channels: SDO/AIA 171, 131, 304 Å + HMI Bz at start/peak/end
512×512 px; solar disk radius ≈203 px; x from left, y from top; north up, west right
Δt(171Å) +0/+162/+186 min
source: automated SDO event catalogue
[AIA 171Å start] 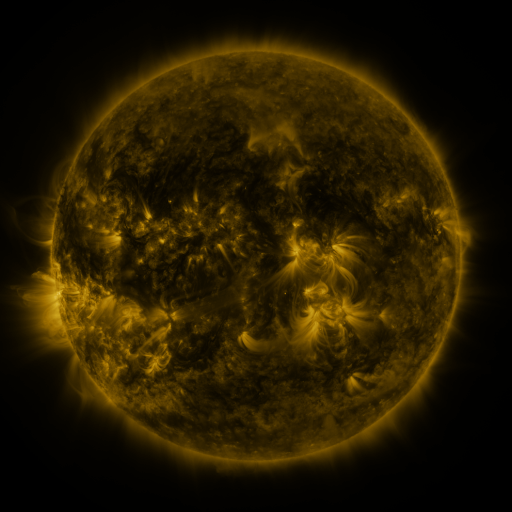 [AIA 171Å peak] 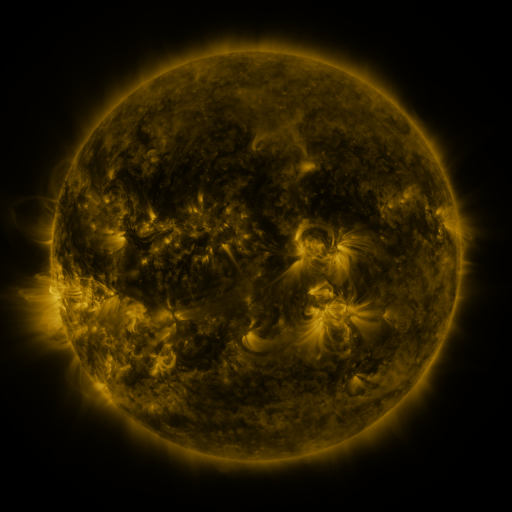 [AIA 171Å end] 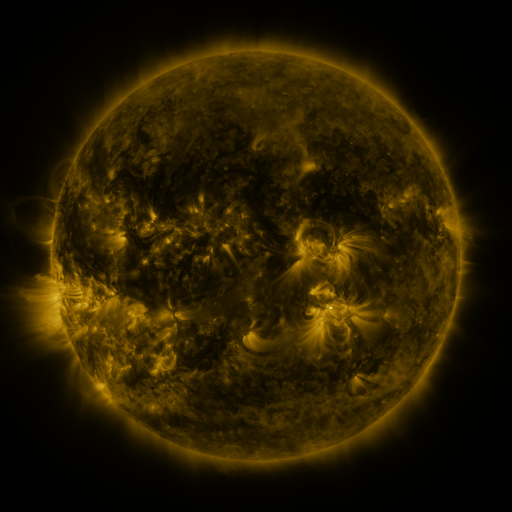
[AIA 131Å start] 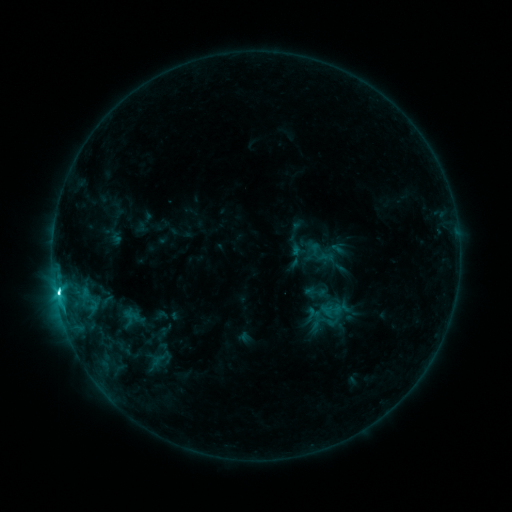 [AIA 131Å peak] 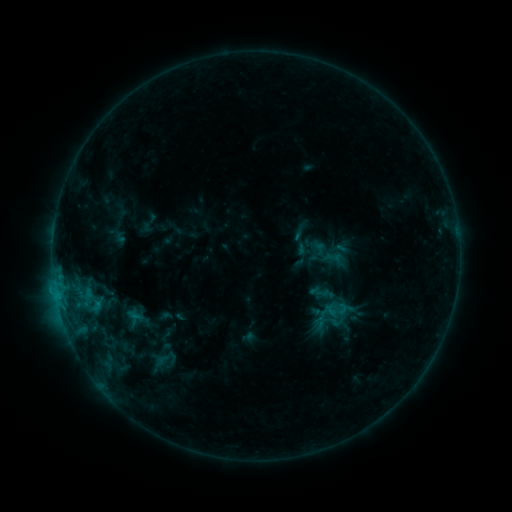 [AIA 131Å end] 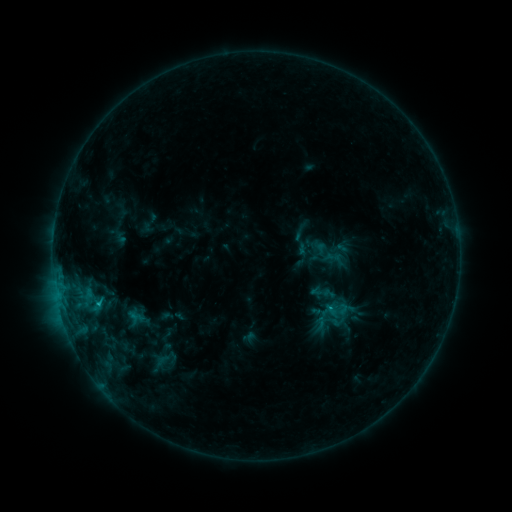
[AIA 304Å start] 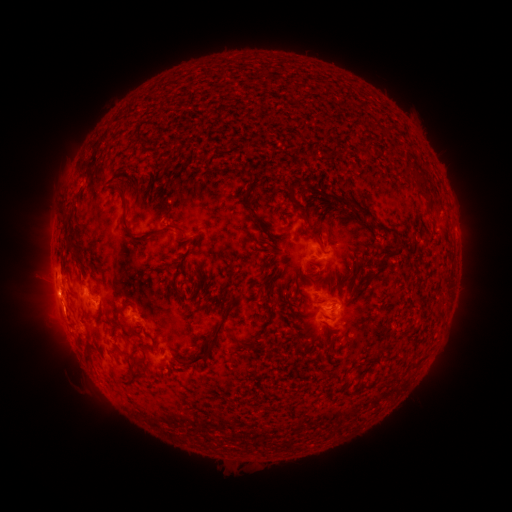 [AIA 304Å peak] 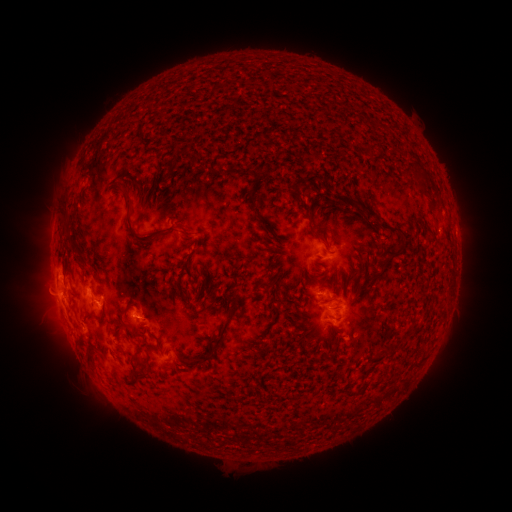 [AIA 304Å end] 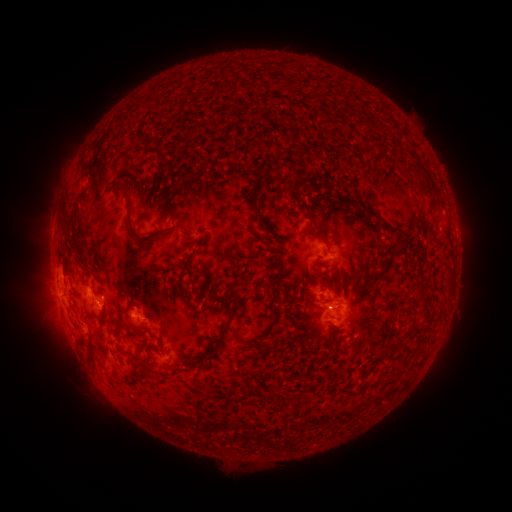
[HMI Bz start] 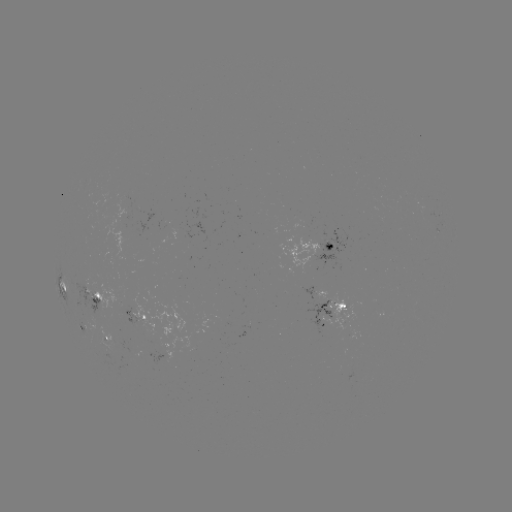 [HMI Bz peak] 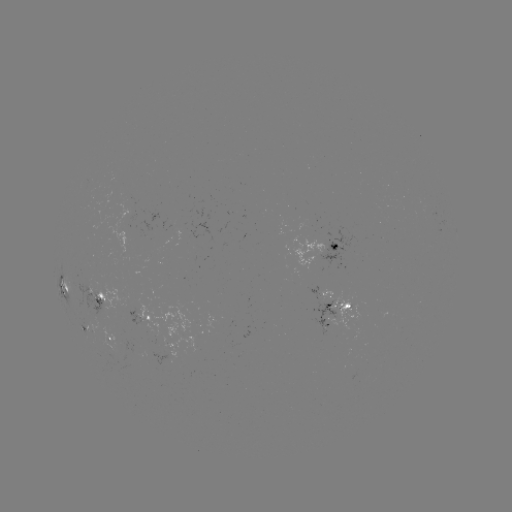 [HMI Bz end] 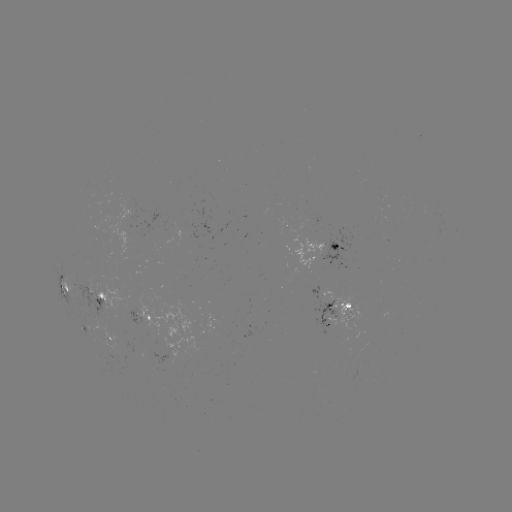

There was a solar emerging-flux region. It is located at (93, 292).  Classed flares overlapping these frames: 2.